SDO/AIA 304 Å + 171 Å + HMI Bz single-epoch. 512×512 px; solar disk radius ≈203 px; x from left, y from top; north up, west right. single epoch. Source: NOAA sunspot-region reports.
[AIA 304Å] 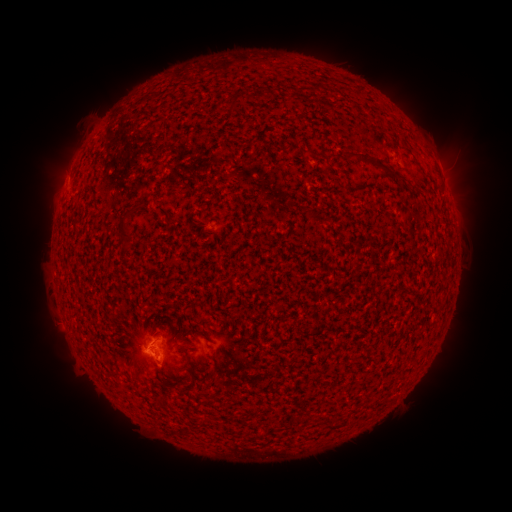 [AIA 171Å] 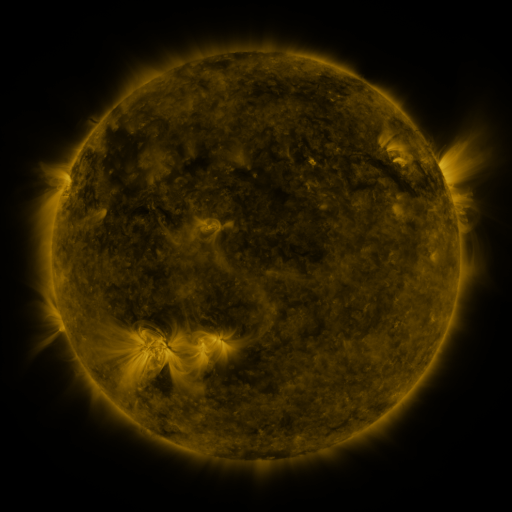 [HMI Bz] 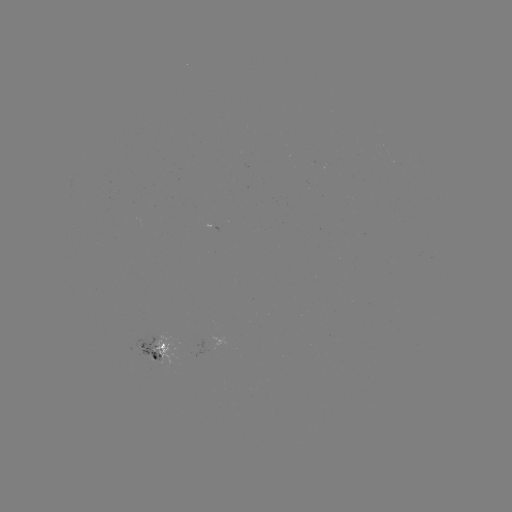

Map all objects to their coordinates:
spotted active region: (153, 349)
